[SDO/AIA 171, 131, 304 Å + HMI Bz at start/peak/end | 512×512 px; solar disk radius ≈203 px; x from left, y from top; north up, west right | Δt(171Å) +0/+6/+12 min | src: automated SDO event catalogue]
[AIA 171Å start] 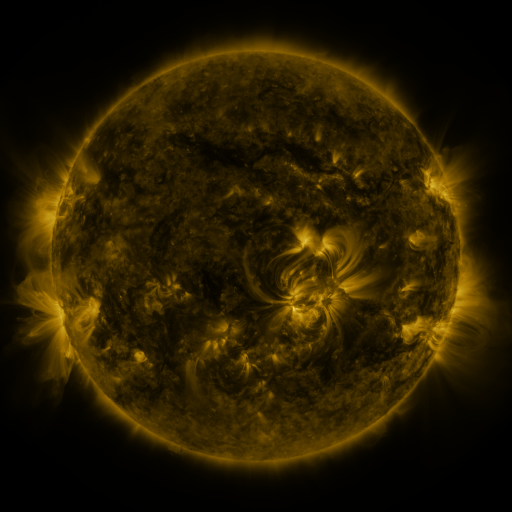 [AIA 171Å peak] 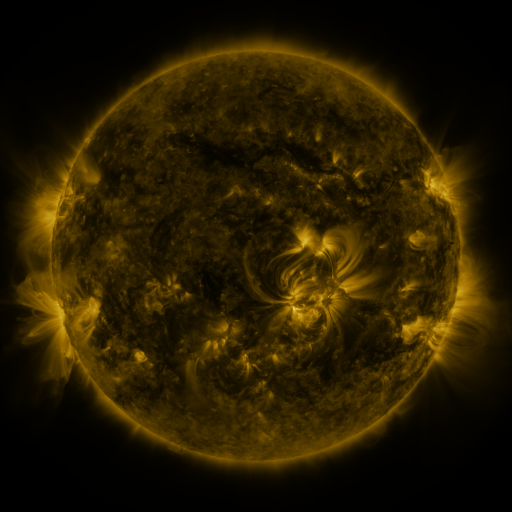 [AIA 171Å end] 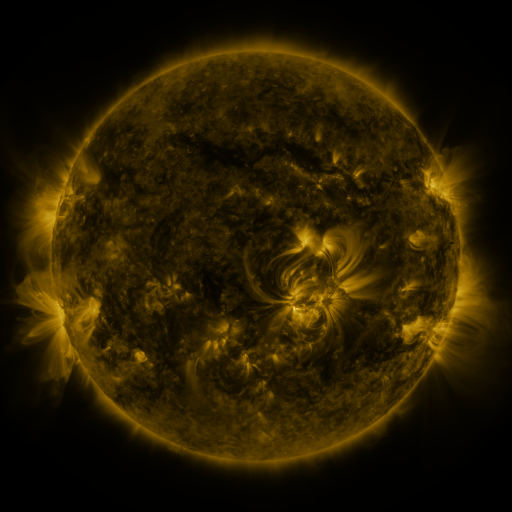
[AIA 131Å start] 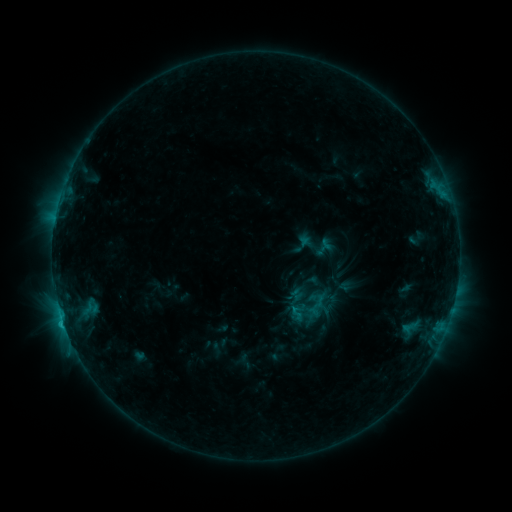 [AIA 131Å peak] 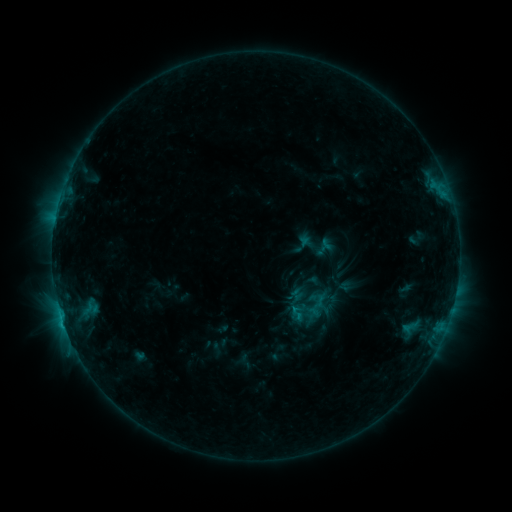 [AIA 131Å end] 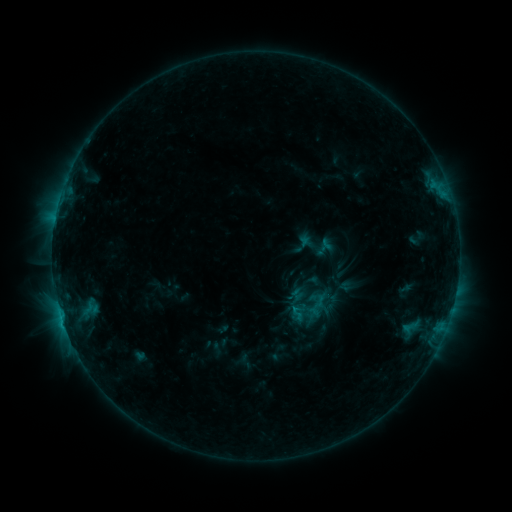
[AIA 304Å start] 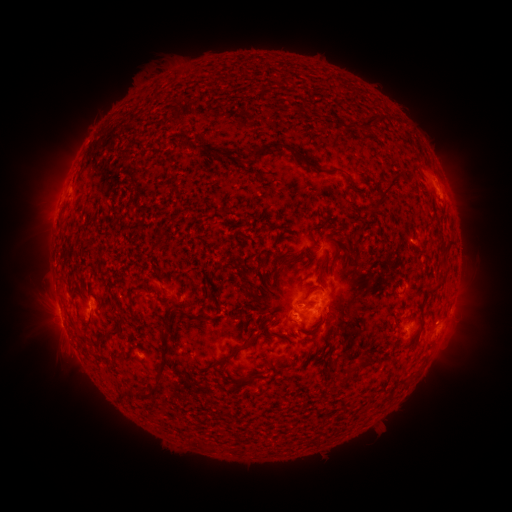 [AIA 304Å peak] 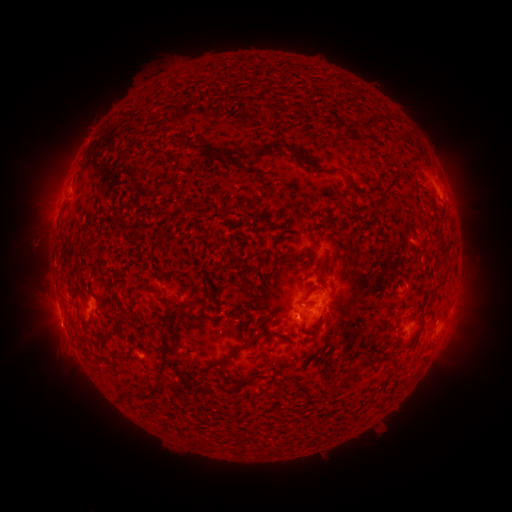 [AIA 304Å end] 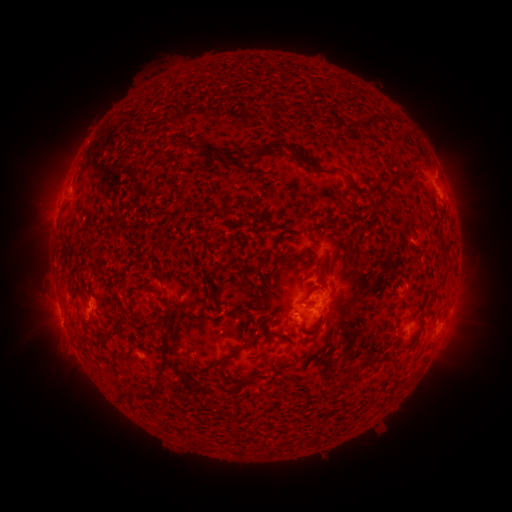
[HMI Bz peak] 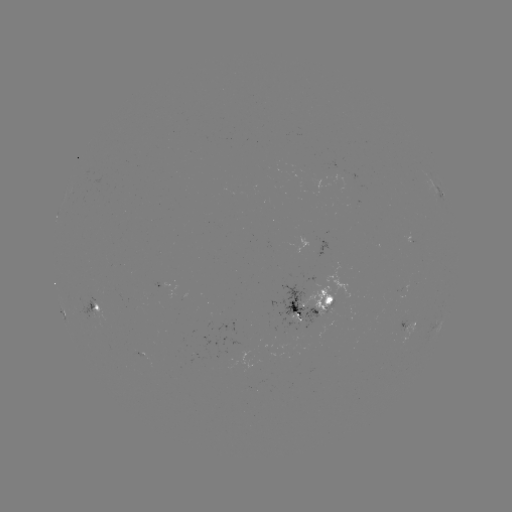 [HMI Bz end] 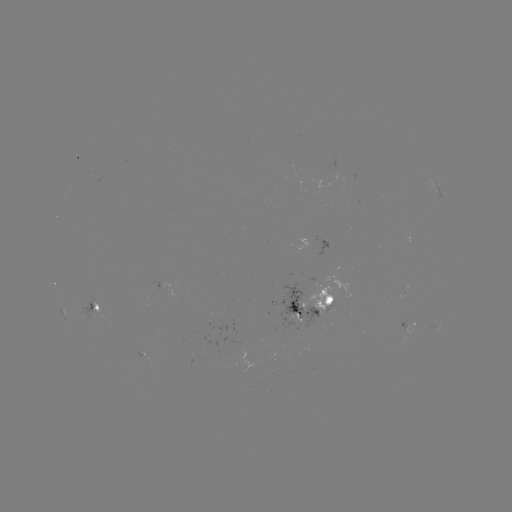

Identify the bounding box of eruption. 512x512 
[10, 210, 74, 269].